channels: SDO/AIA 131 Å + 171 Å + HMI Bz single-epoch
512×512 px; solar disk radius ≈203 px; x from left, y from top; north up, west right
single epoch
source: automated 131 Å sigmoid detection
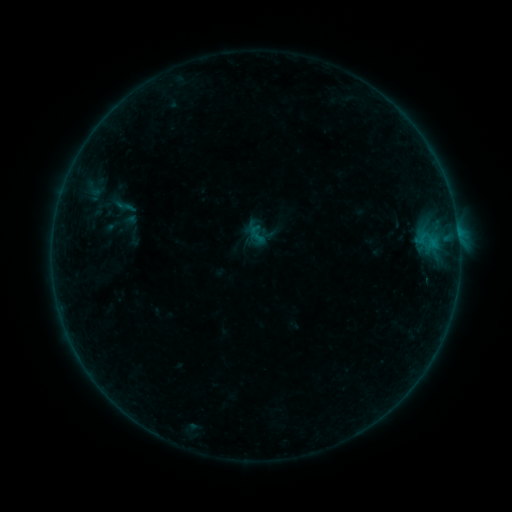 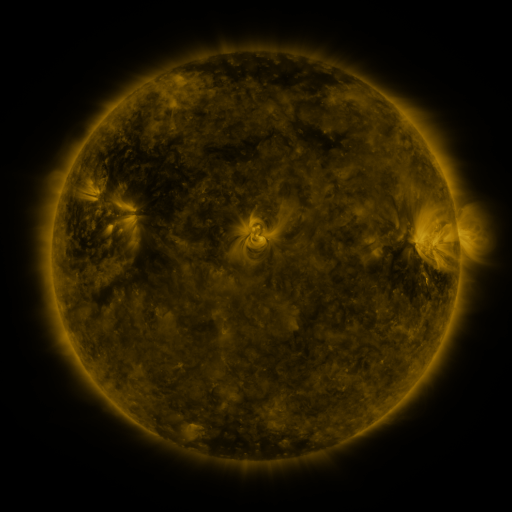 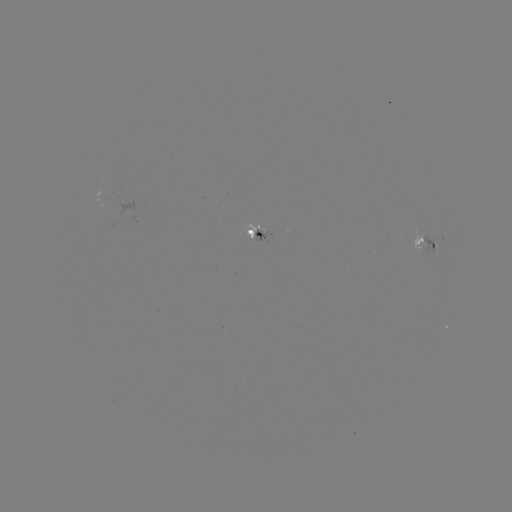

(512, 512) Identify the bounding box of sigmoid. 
[246, 223, 268, 245].